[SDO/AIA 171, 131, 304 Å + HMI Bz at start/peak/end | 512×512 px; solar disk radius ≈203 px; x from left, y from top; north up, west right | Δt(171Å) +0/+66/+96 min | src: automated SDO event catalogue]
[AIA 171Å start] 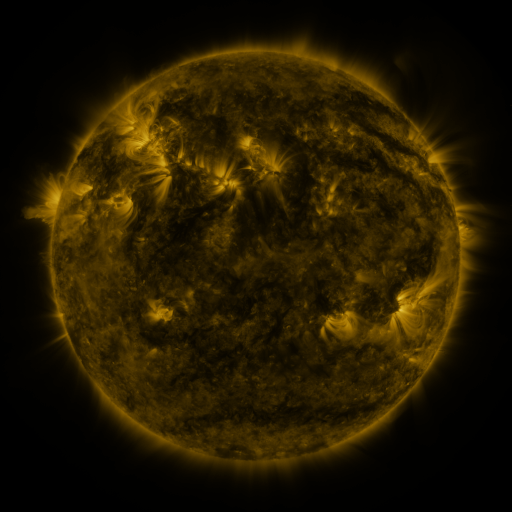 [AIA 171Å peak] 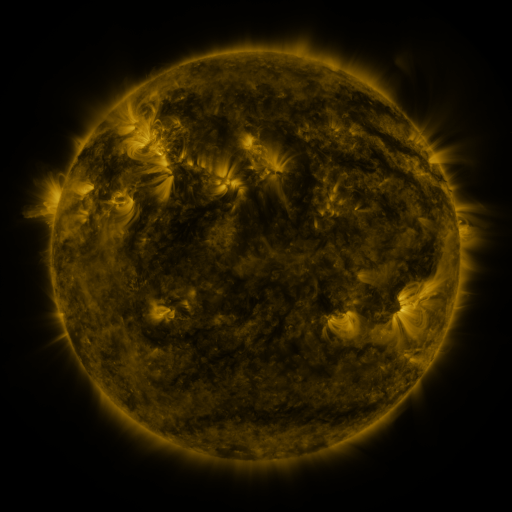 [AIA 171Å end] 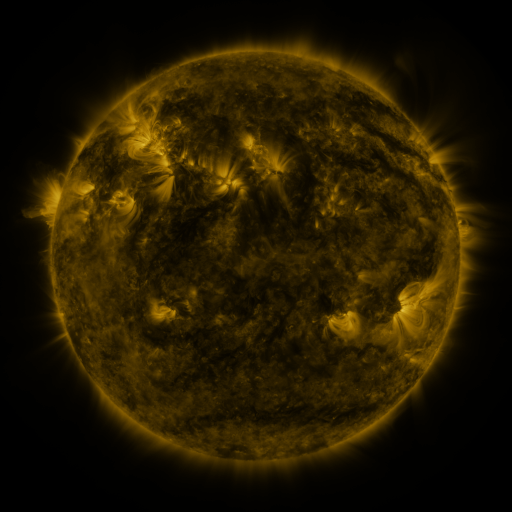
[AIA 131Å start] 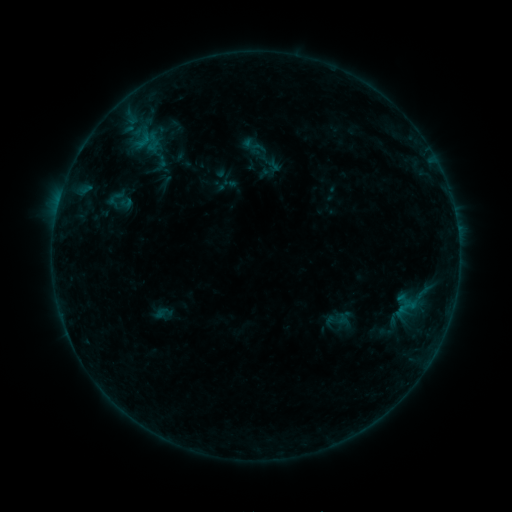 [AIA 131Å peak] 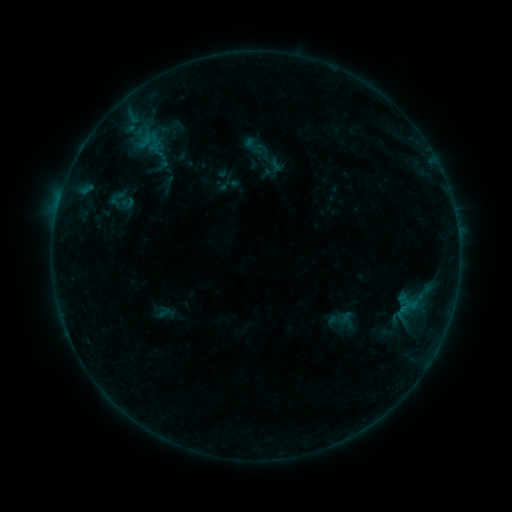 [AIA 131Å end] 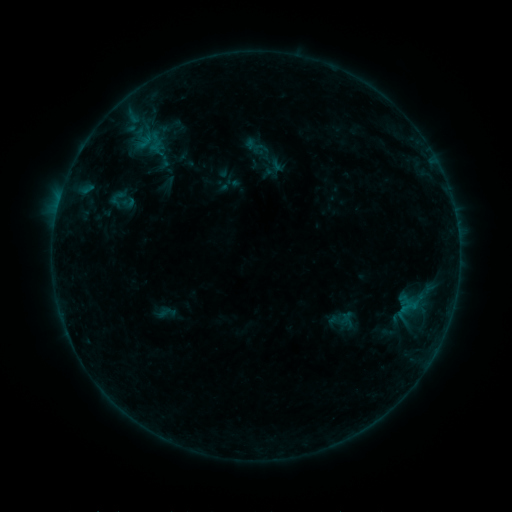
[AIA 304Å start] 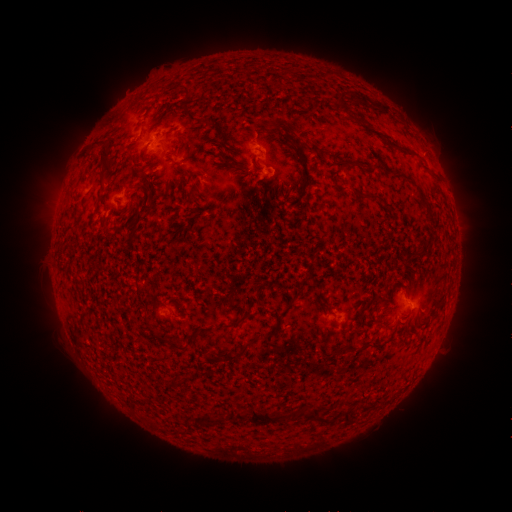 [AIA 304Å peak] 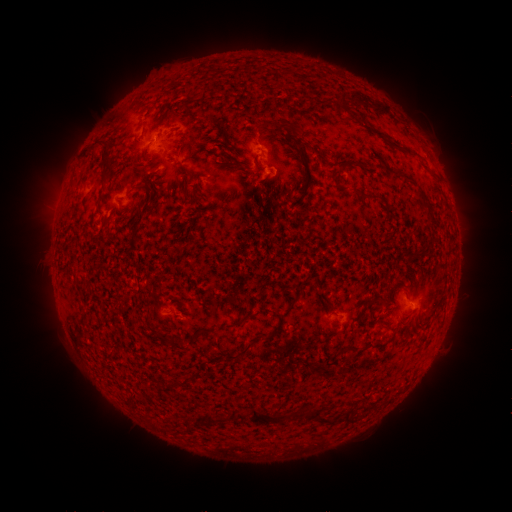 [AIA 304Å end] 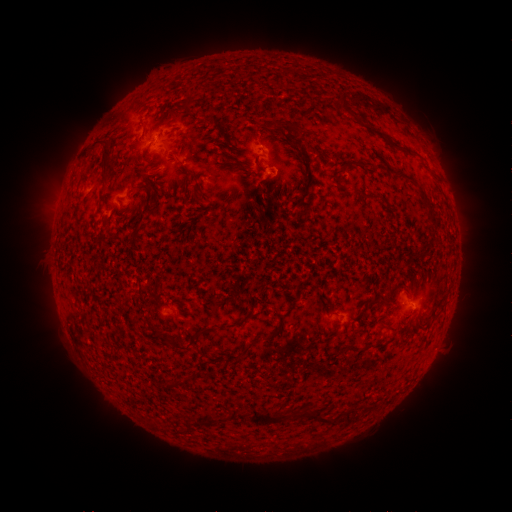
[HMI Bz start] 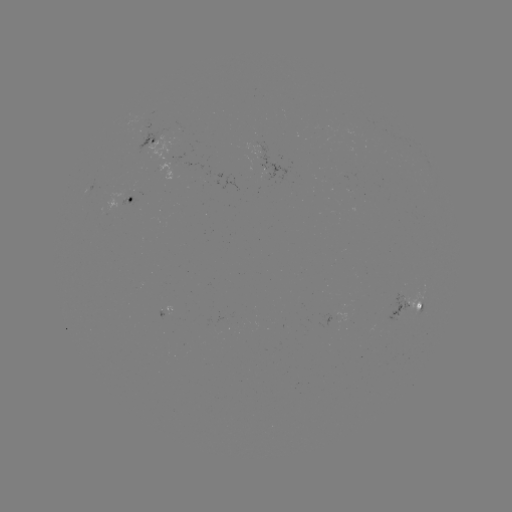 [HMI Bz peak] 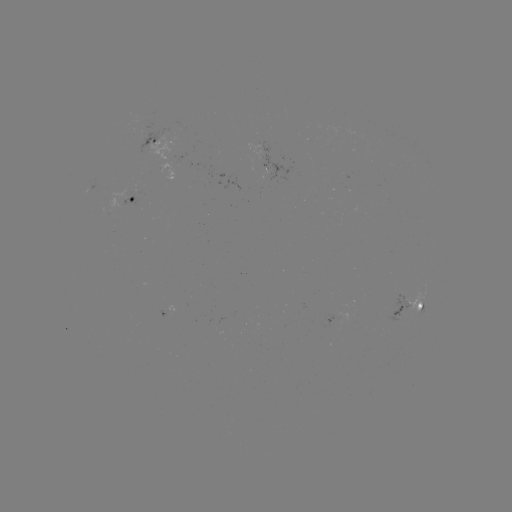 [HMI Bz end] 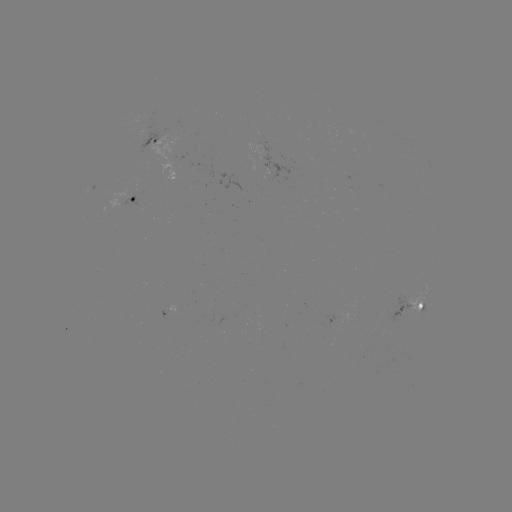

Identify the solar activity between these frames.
emerging-flux region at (405, 313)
